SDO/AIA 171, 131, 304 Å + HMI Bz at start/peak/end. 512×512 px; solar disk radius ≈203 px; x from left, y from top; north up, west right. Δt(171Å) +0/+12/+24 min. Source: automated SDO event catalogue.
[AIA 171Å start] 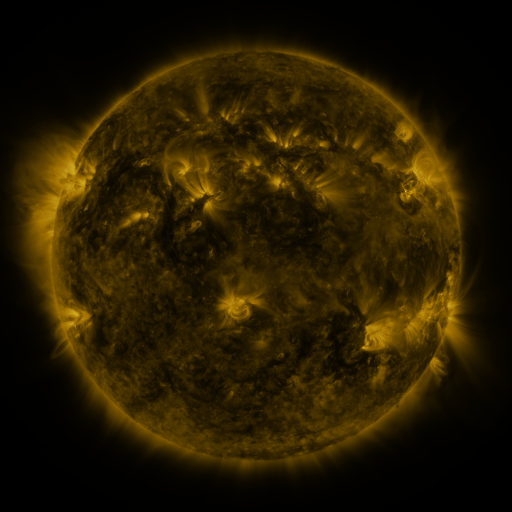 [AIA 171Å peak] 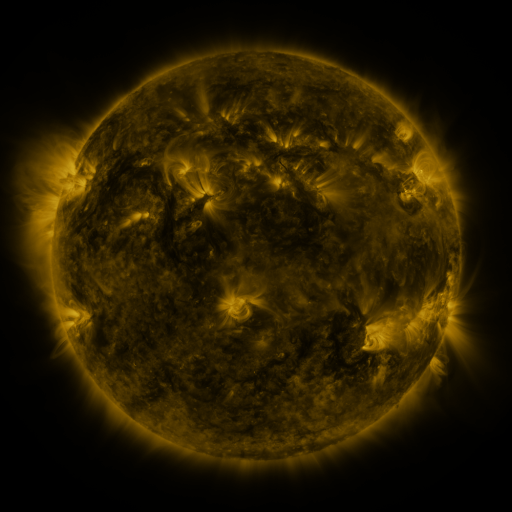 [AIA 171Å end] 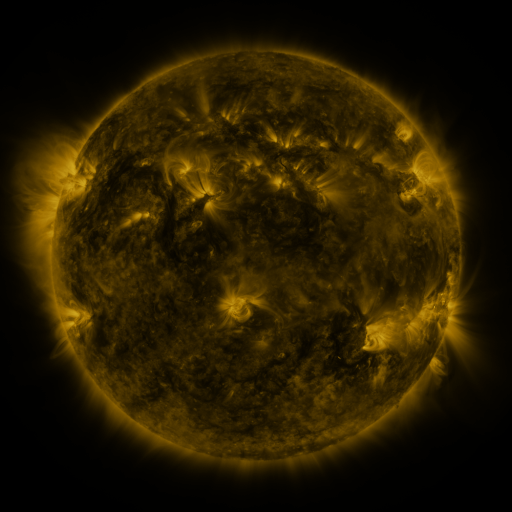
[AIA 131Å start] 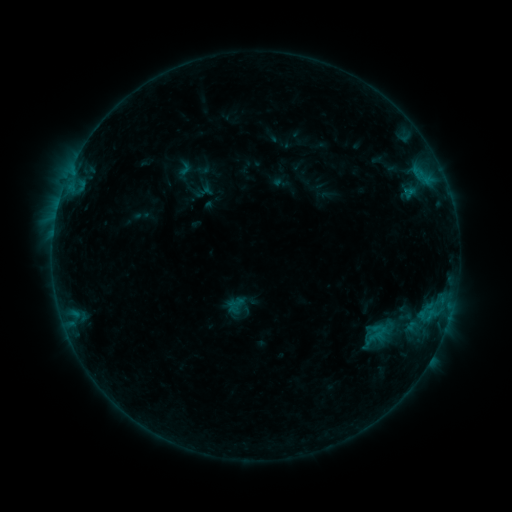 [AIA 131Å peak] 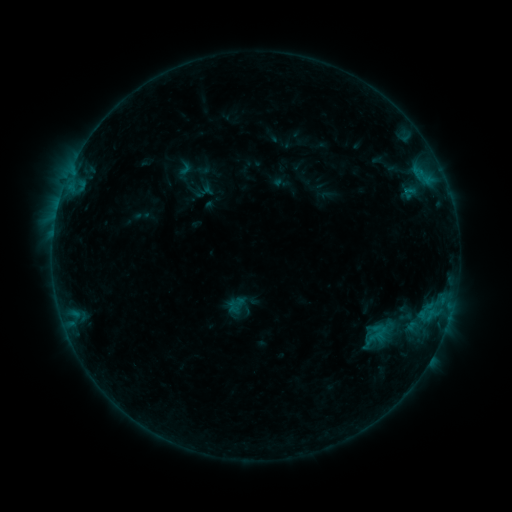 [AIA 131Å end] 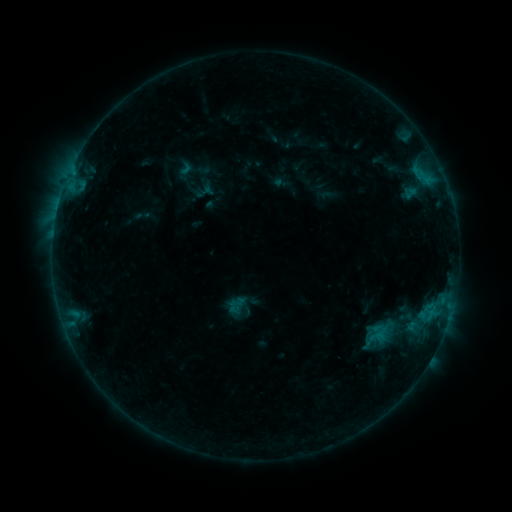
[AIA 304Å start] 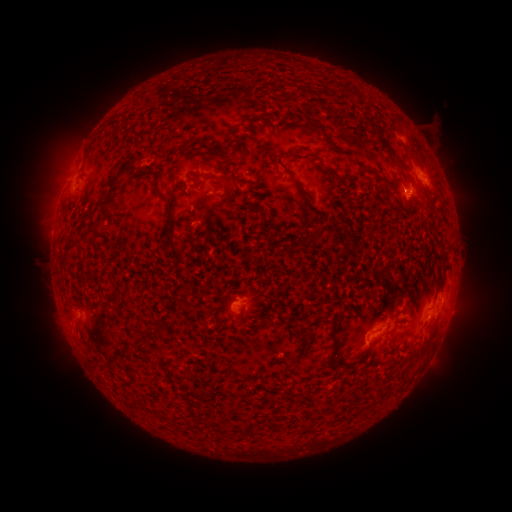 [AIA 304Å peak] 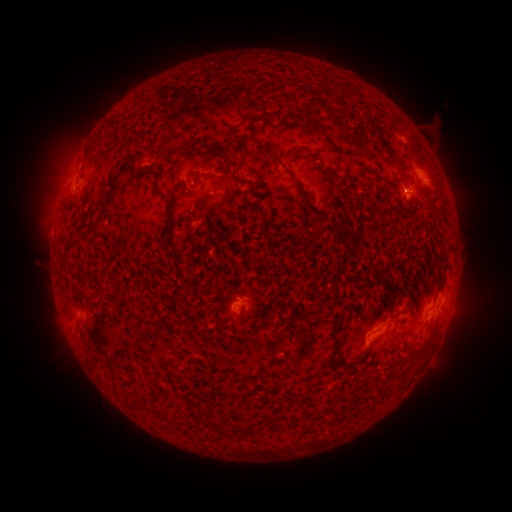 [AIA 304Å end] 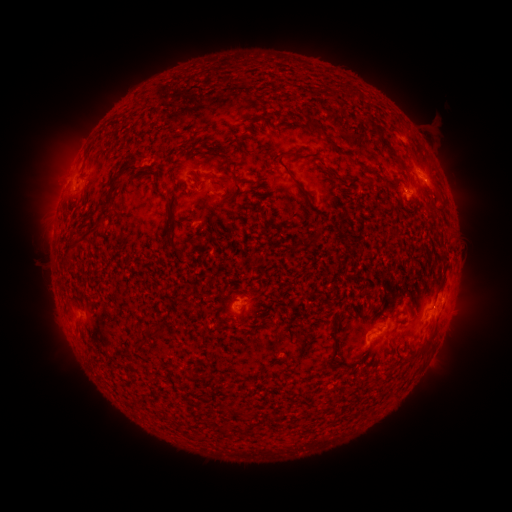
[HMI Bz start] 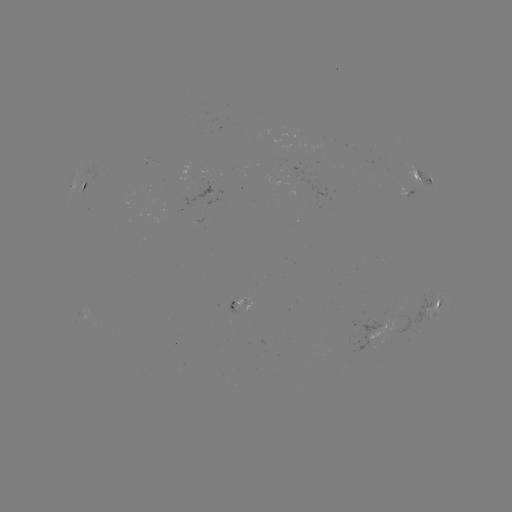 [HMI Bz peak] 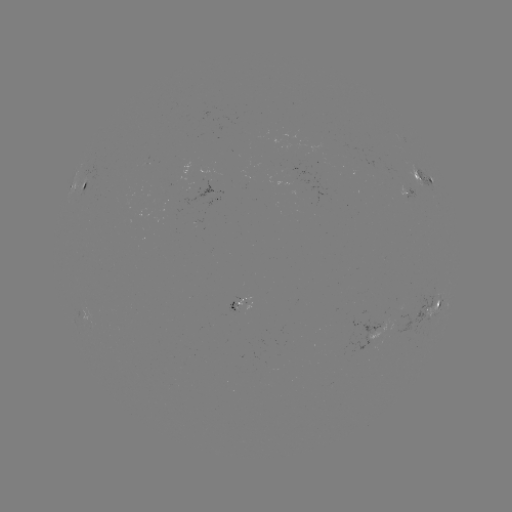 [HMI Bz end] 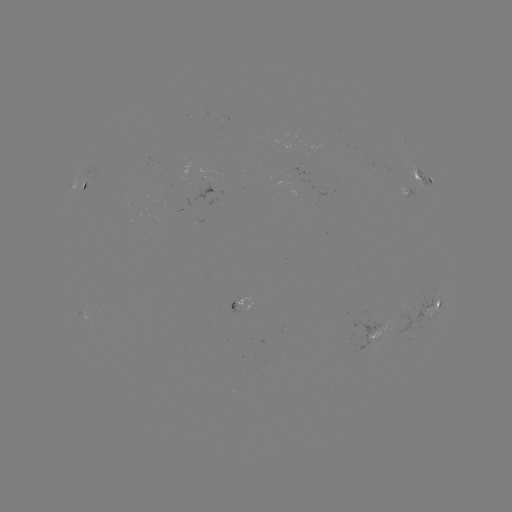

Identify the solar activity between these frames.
no flare in any classed list; no EUV-trigger detection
